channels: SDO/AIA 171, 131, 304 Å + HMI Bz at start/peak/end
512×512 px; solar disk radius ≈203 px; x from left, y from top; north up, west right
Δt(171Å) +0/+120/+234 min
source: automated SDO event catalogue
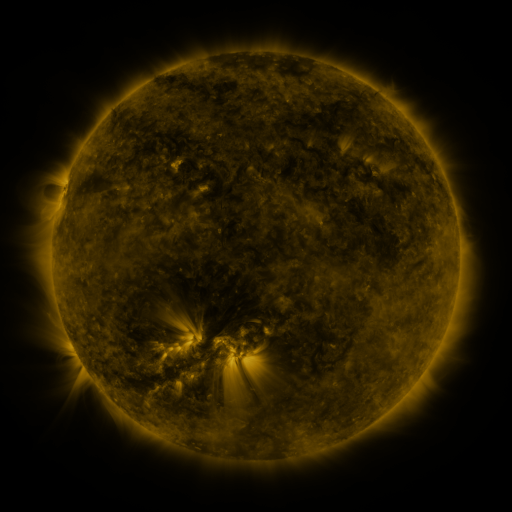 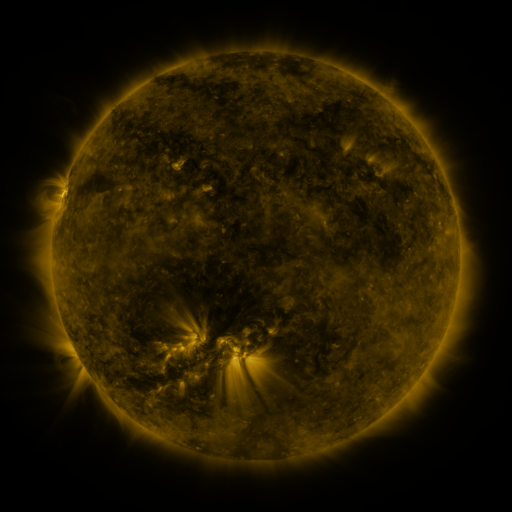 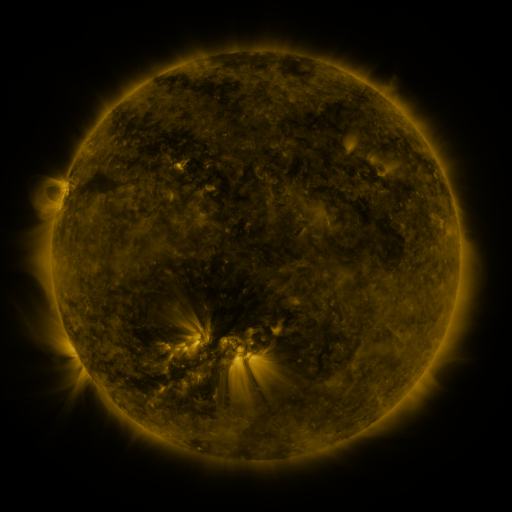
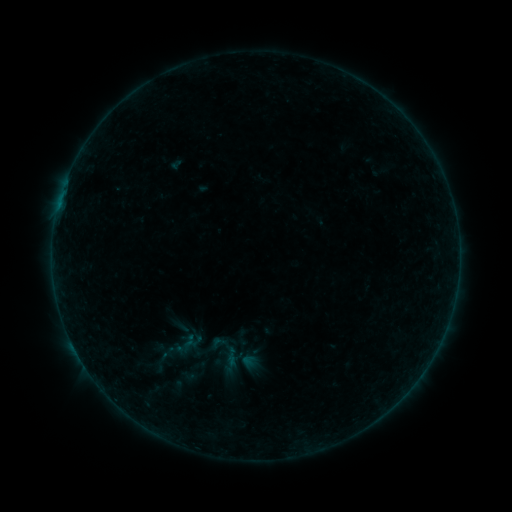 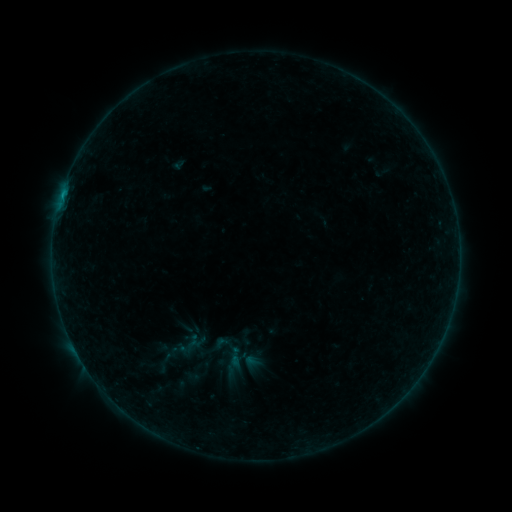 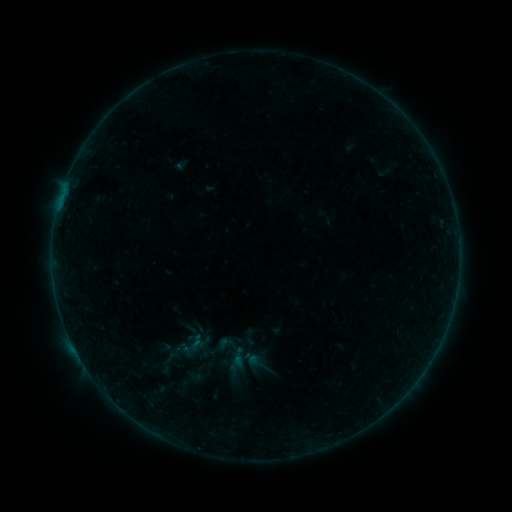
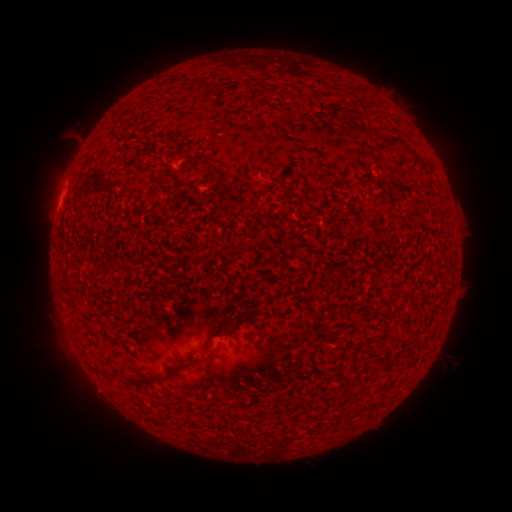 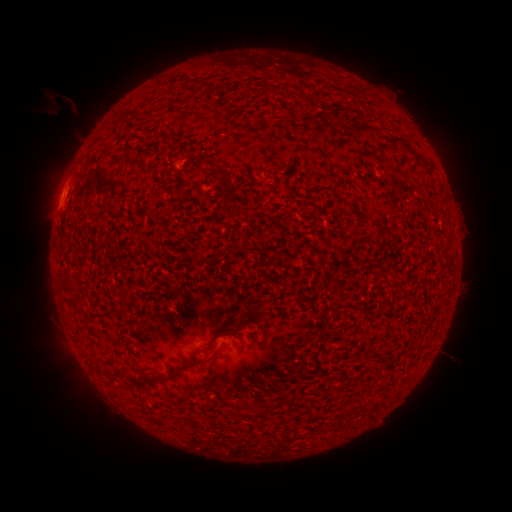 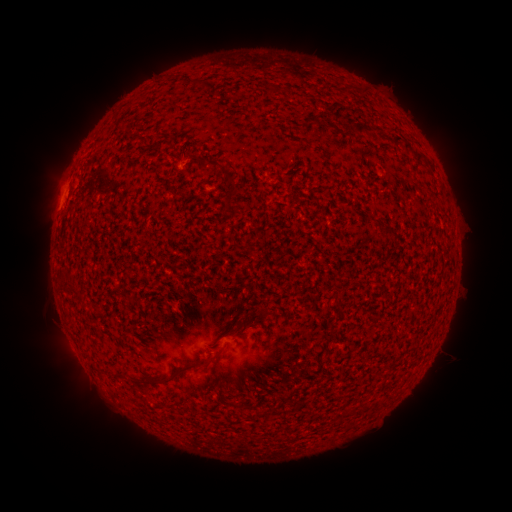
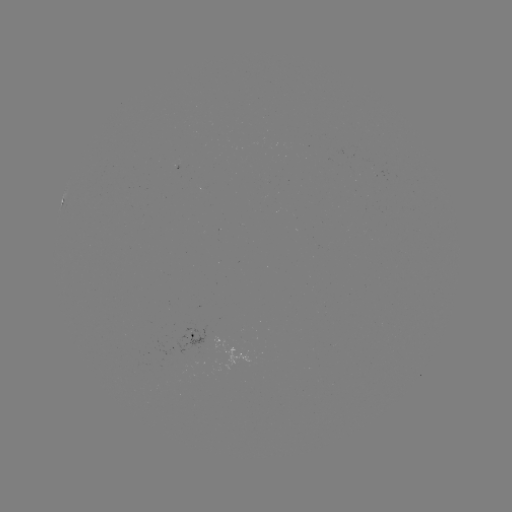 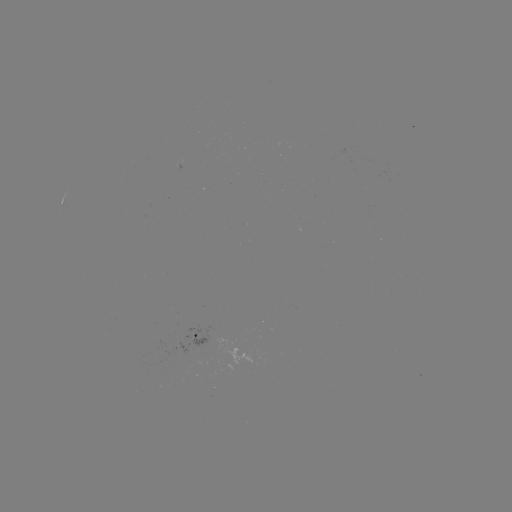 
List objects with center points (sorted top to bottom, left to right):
filament eruption: (96, 149)
